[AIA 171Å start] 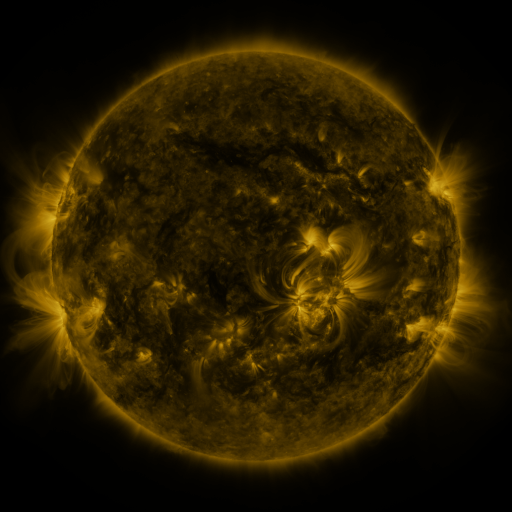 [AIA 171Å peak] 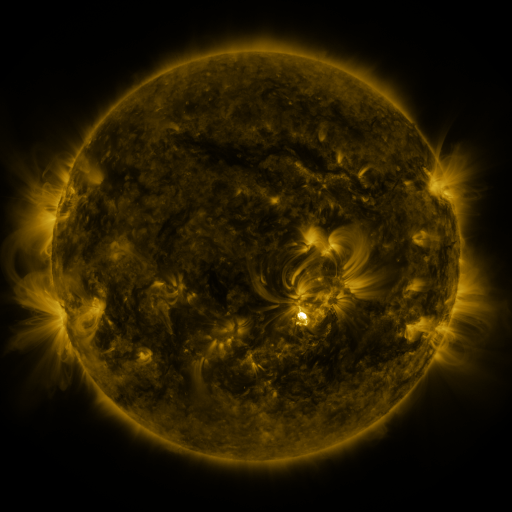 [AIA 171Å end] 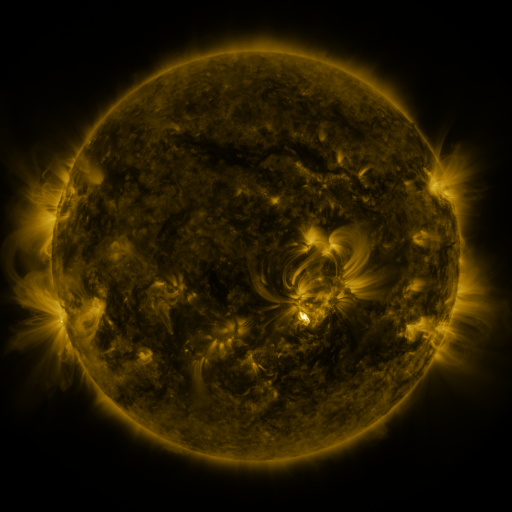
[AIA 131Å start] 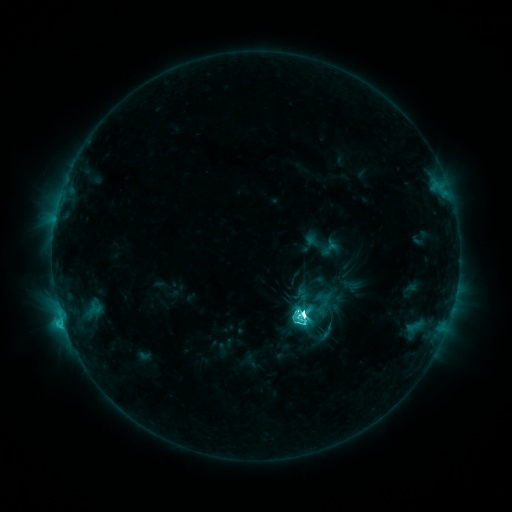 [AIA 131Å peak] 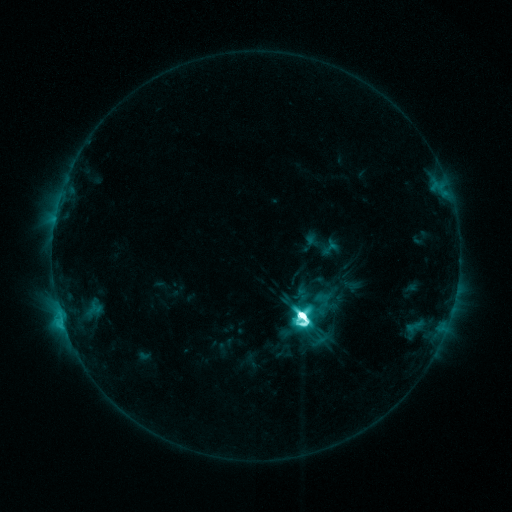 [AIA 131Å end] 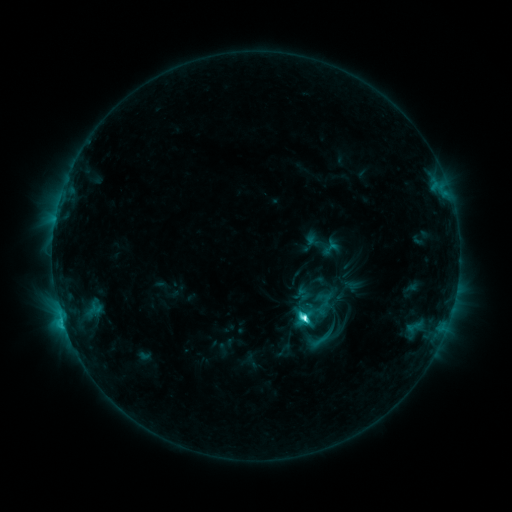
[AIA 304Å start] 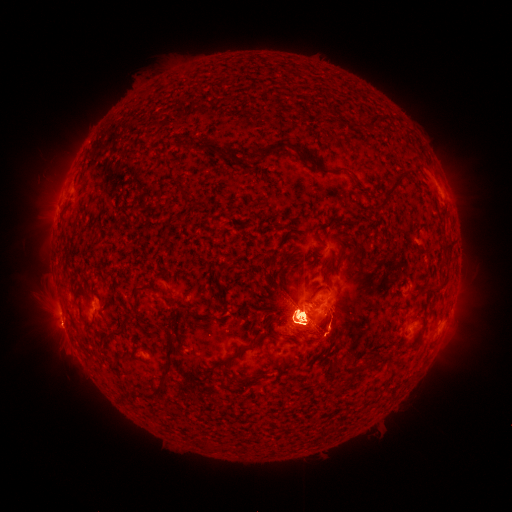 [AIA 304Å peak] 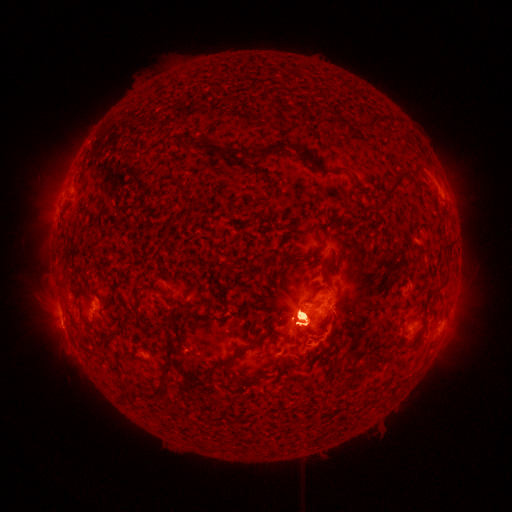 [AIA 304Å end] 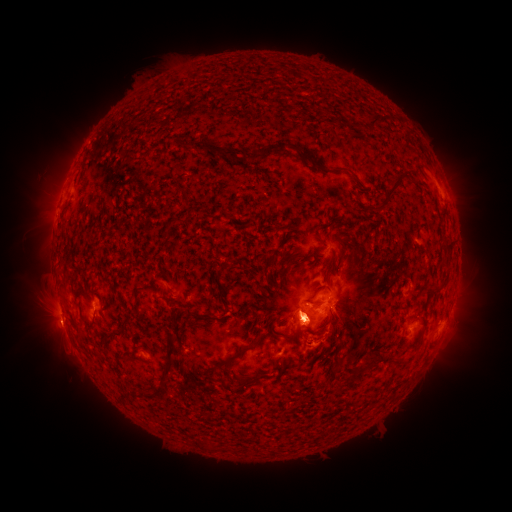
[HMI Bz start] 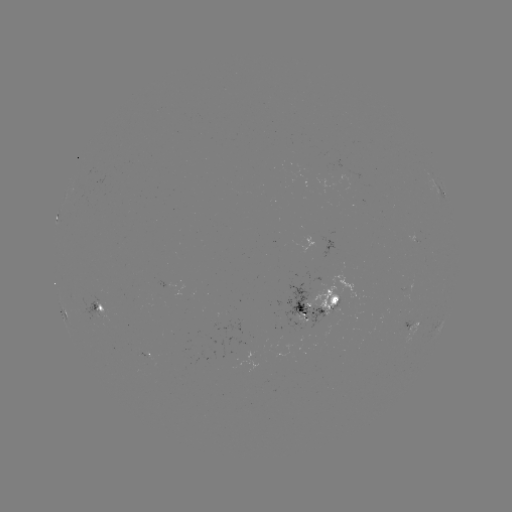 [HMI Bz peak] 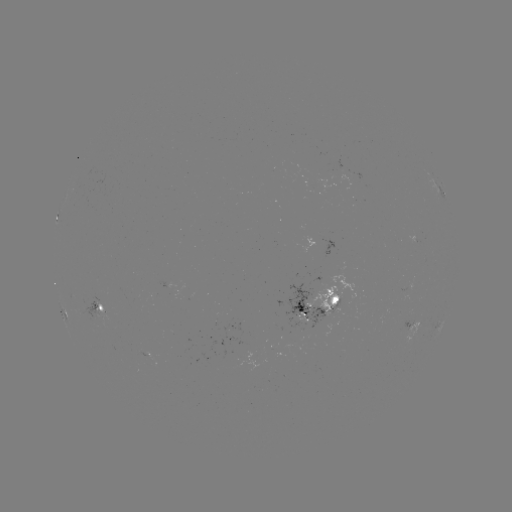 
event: eruption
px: (50, 190)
